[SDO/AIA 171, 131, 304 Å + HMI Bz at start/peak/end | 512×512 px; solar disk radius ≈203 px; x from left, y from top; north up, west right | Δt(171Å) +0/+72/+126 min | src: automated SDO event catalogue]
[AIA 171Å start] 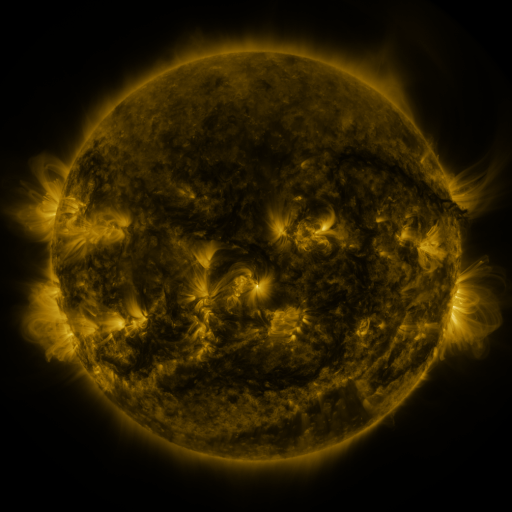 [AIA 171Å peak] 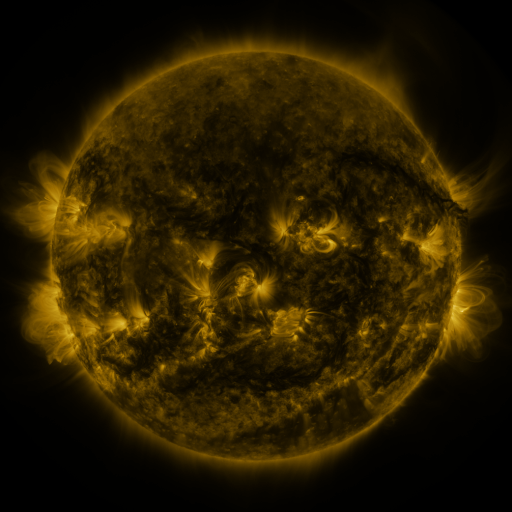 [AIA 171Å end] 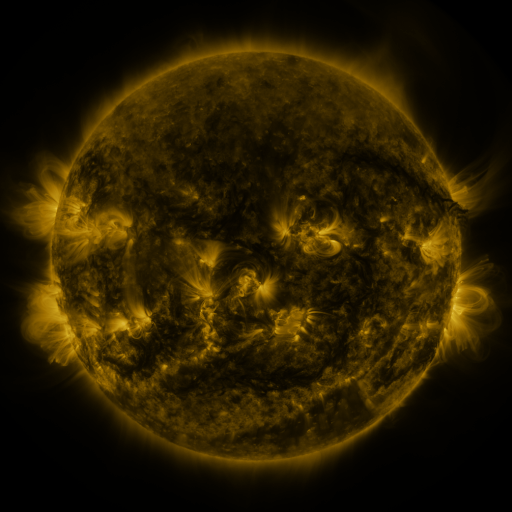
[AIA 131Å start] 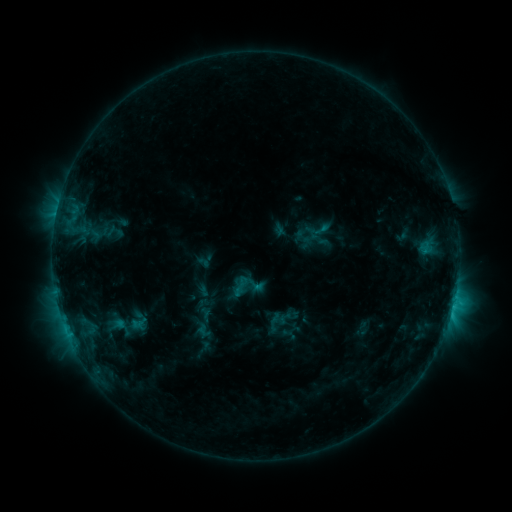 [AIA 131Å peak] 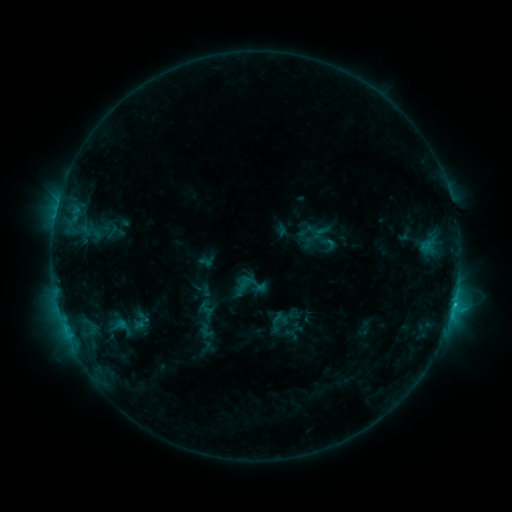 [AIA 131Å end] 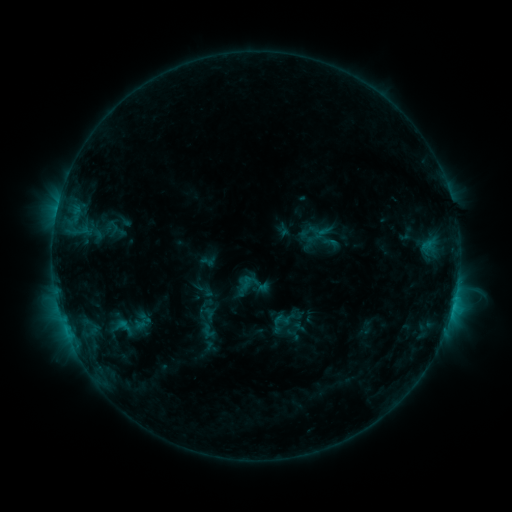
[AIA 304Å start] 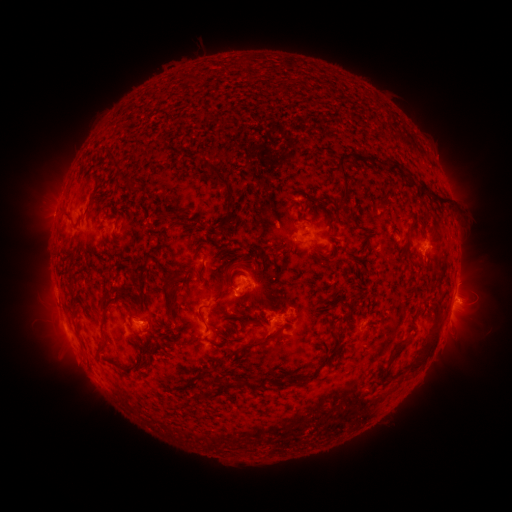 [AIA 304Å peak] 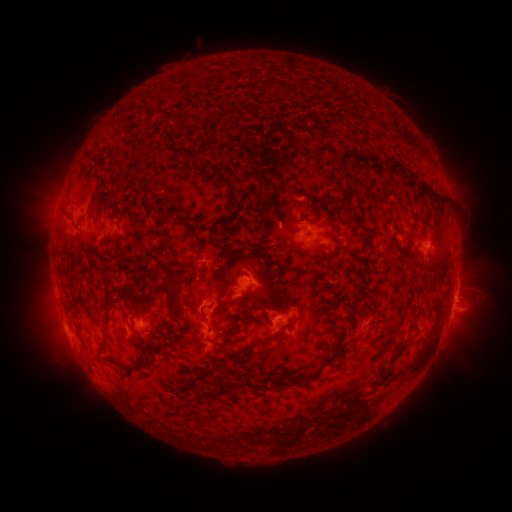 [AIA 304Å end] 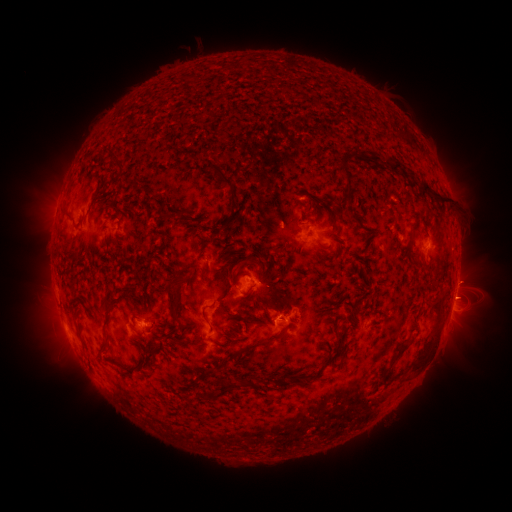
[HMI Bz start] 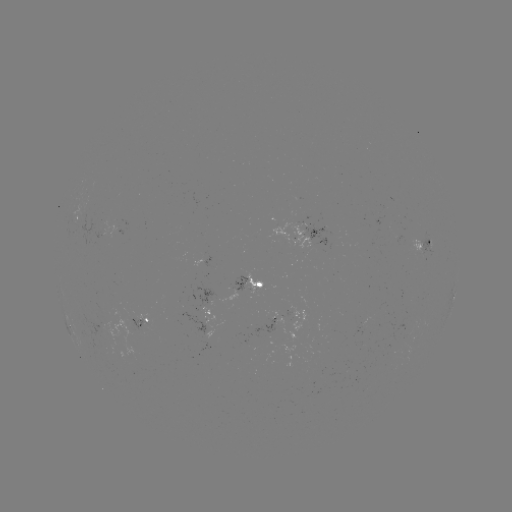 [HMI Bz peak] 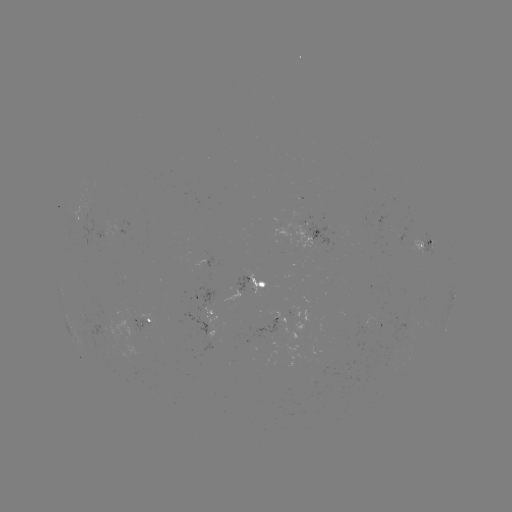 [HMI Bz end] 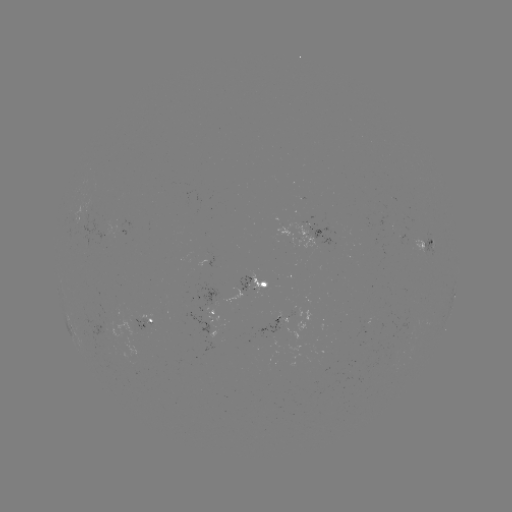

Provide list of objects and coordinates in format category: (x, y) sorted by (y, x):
C1.3 flare: (453, 302)
